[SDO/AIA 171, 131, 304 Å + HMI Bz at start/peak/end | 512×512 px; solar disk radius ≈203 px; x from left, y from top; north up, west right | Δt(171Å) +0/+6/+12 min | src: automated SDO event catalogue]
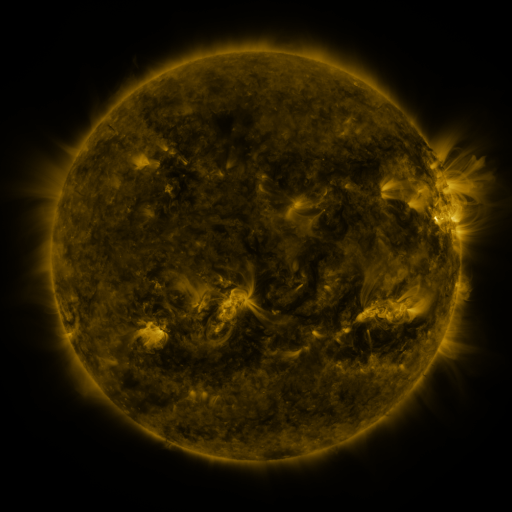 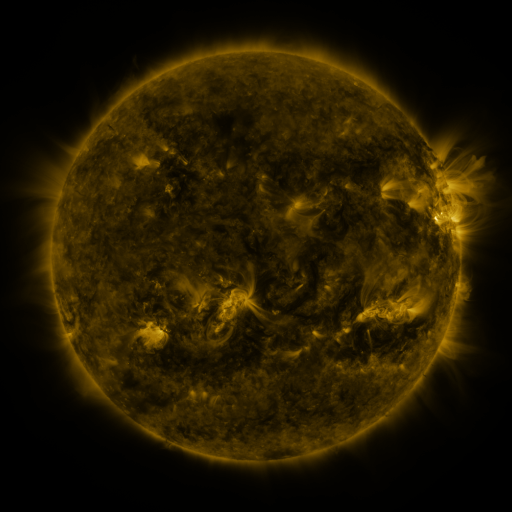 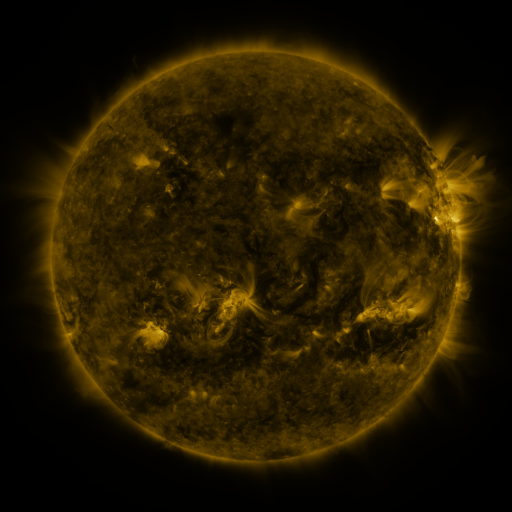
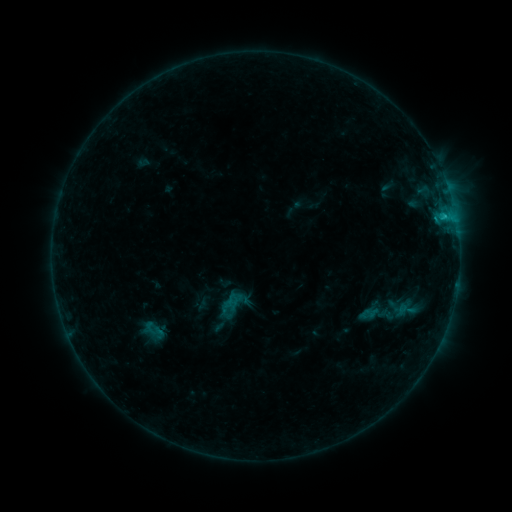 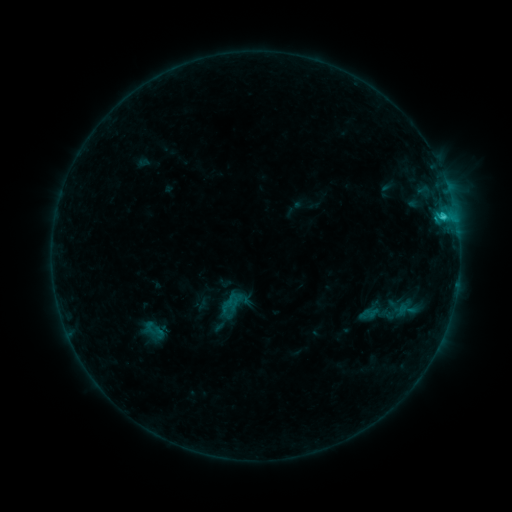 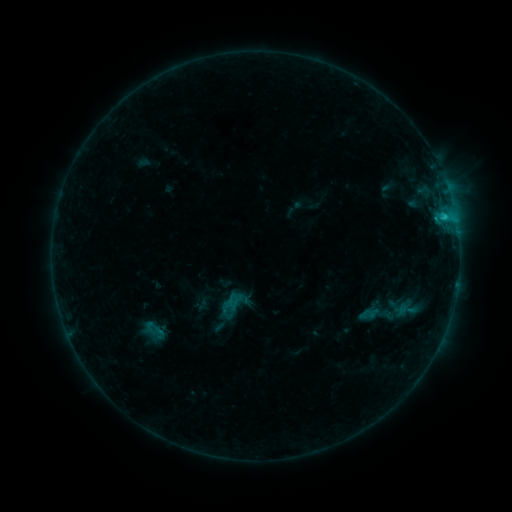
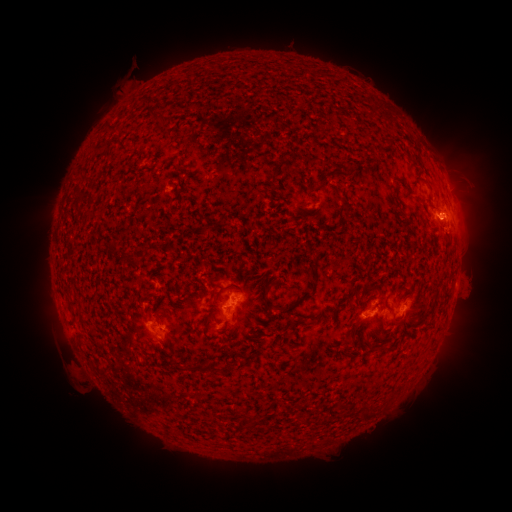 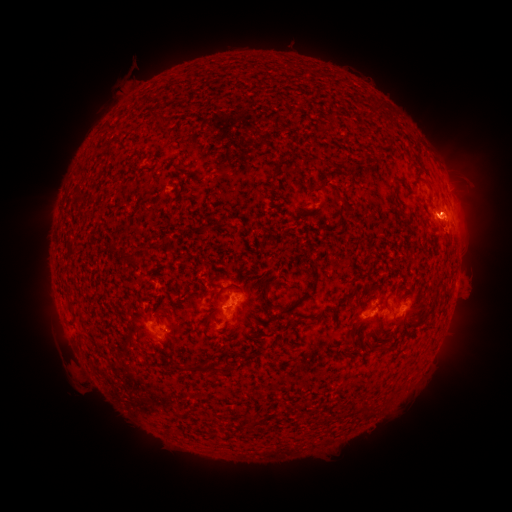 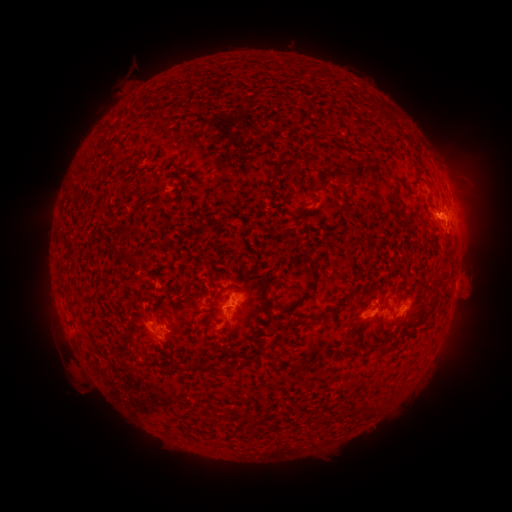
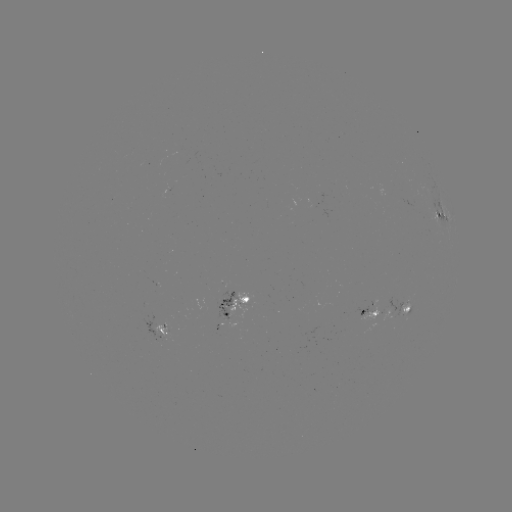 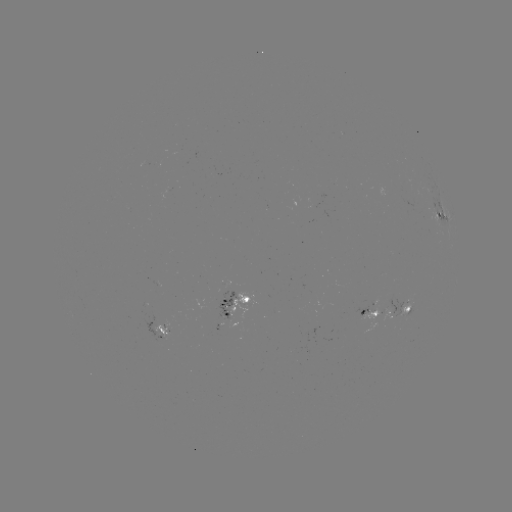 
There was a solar flare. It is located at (442, 217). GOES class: C1.3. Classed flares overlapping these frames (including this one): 1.